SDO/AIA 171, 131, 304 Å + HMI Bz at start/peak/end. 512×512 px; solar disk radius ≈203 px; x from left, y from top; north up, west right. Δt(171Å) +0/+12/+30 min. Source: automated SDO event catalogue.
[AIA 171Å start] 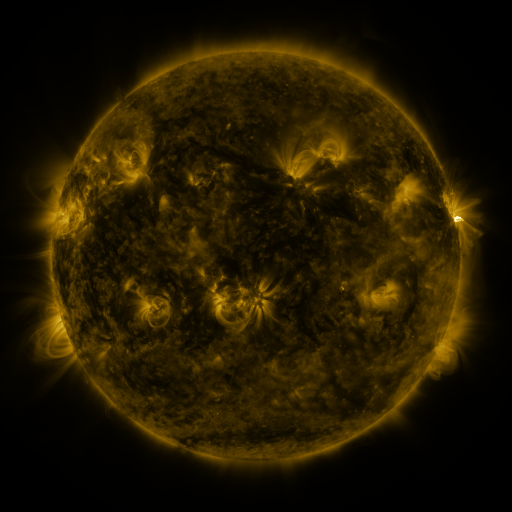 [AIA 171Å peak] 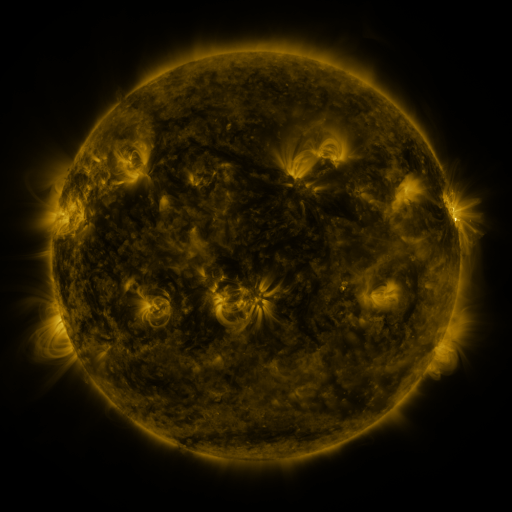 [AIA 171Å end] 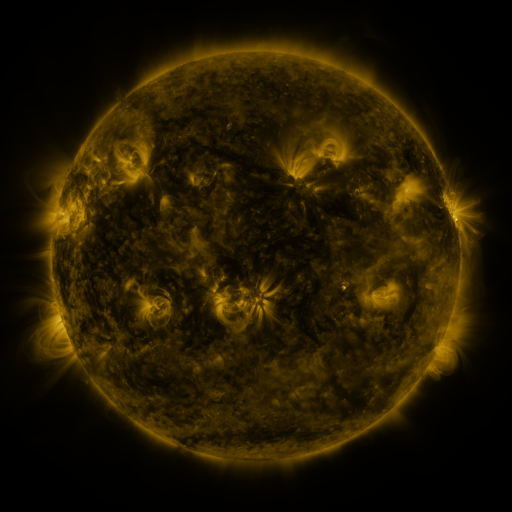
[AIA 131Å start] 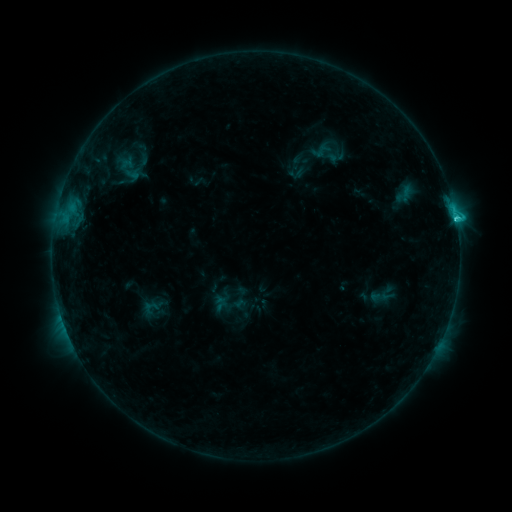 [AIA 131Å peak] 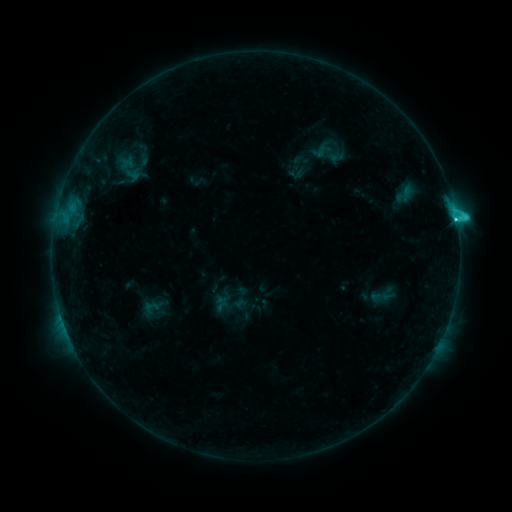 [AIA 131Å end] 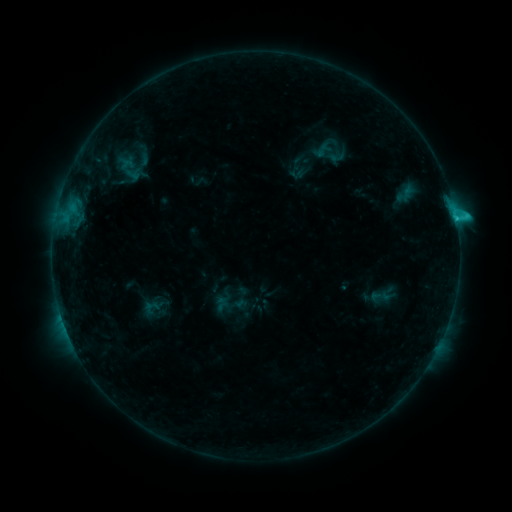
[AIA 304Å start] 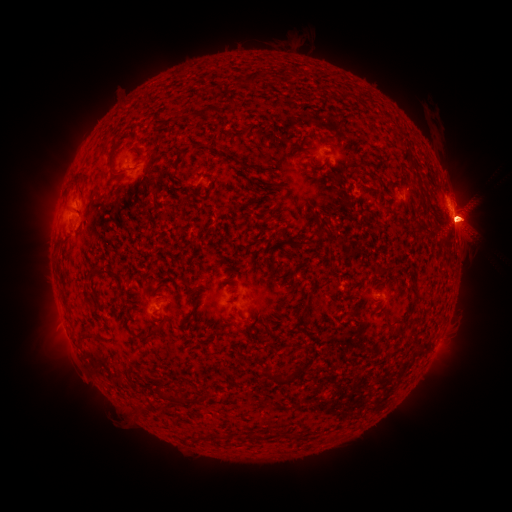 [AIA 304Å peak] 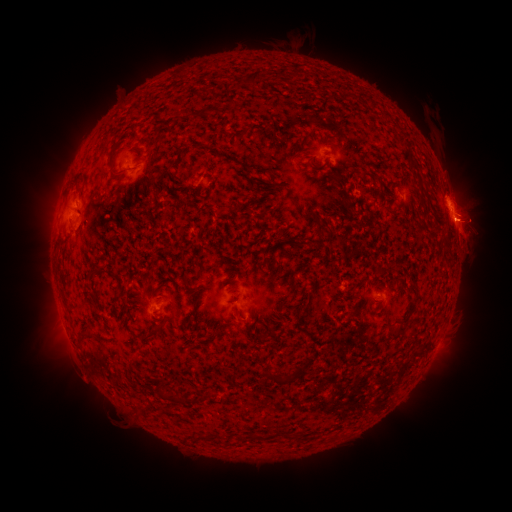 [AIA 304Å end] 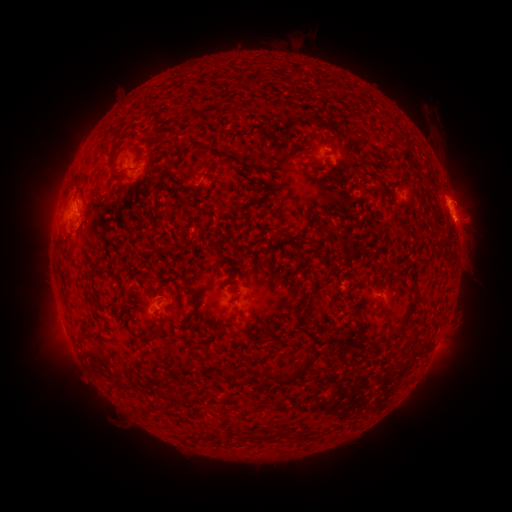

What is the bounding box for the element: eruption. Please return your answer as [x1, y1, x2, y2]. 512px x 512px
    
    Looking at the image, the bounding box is [416, 157, 506, 286].